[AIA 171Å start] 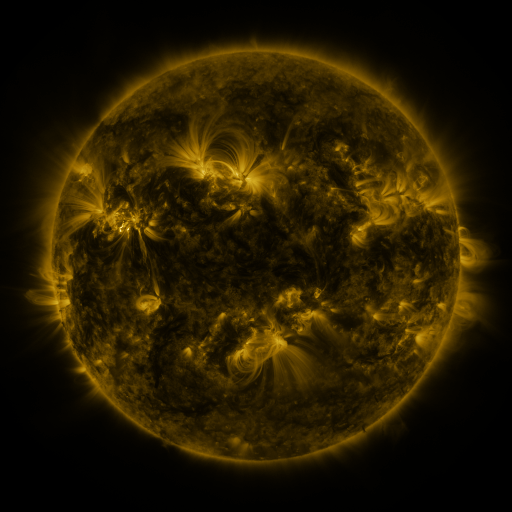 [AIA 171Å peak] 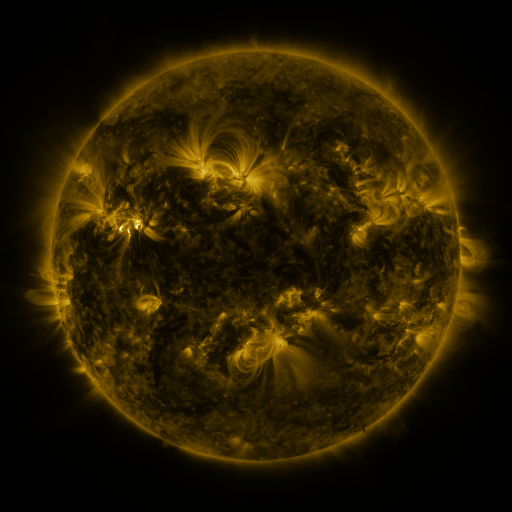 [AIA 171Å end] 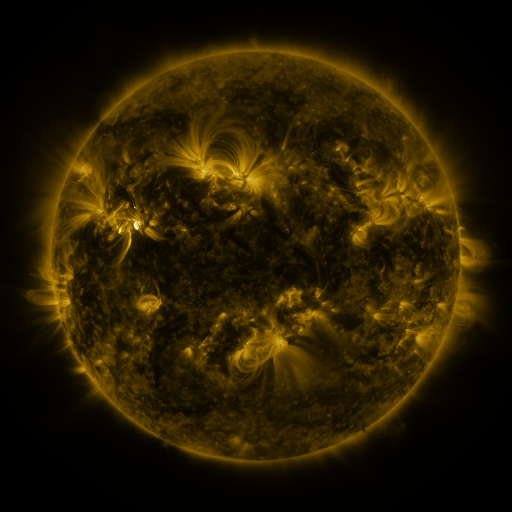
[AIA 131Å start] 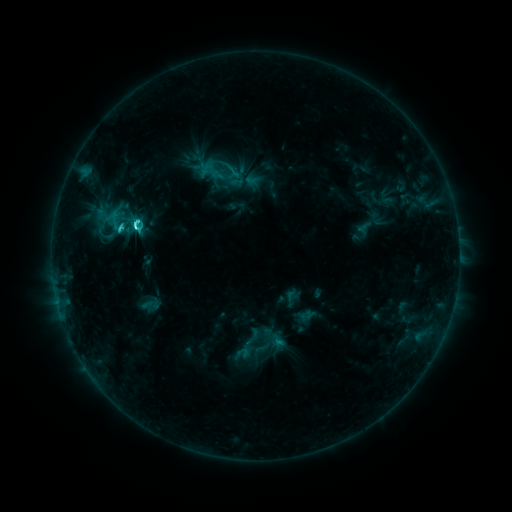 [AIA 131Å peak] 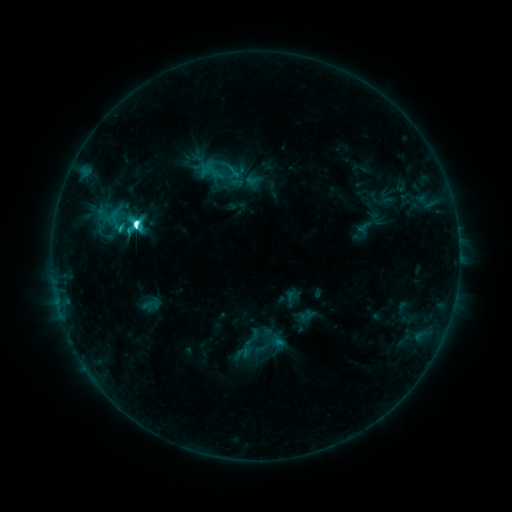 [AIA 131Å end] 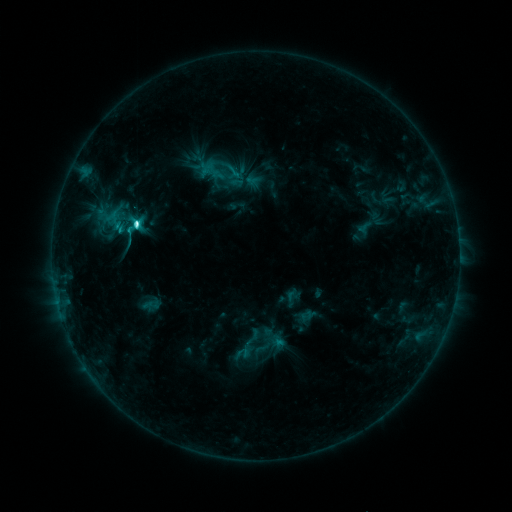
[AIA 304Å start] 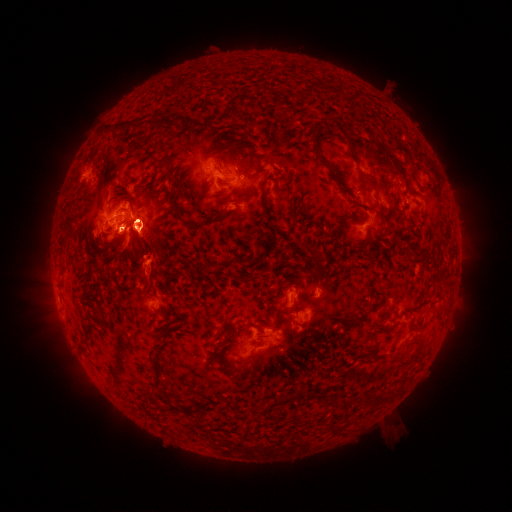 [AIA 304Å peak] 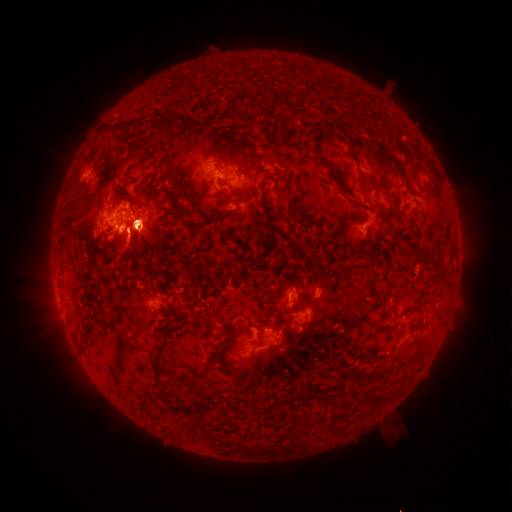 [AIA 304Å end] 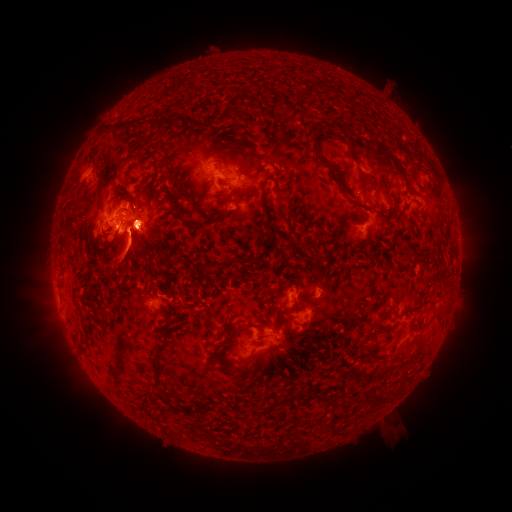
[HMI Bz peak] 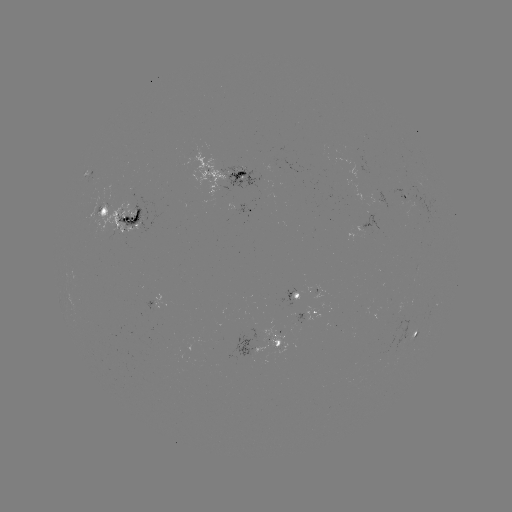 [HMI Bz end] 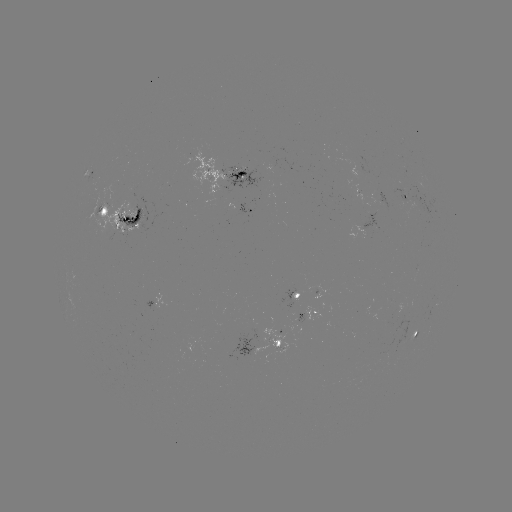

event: eruption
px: (212, 165)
